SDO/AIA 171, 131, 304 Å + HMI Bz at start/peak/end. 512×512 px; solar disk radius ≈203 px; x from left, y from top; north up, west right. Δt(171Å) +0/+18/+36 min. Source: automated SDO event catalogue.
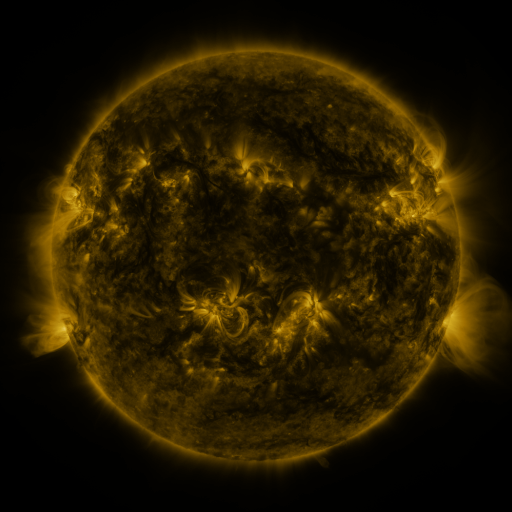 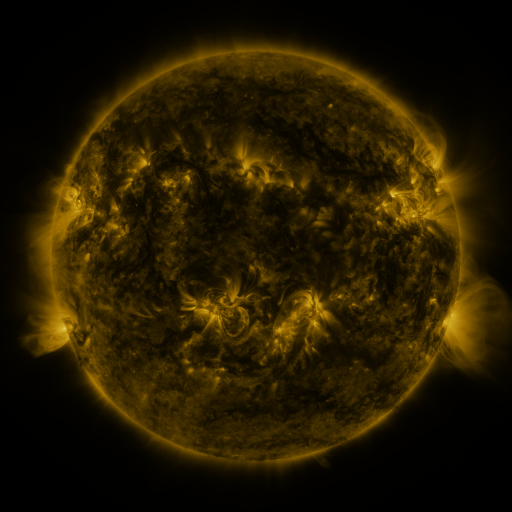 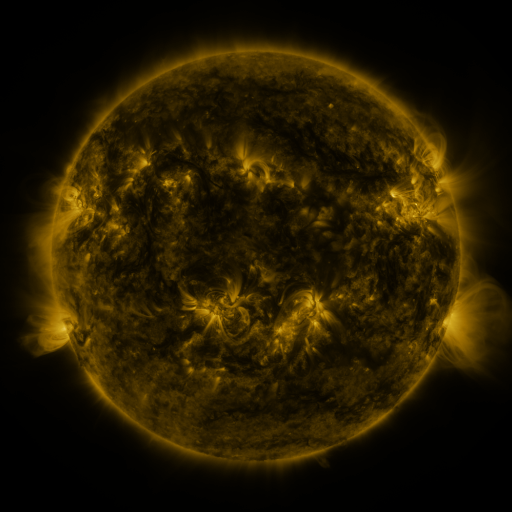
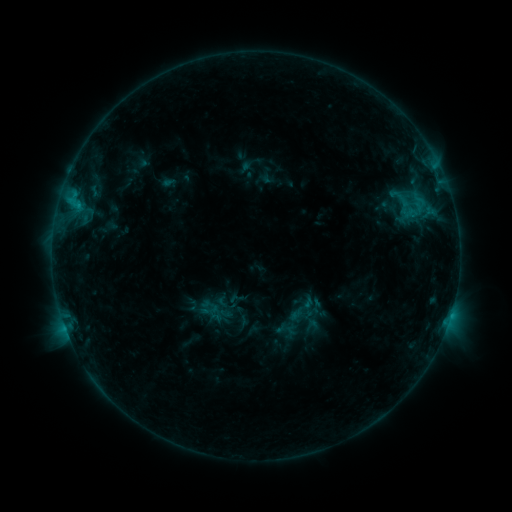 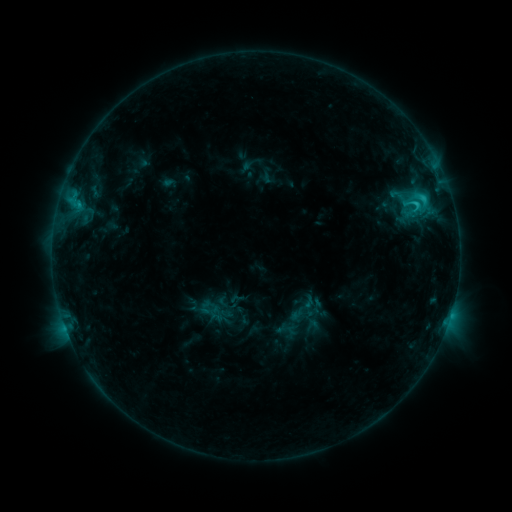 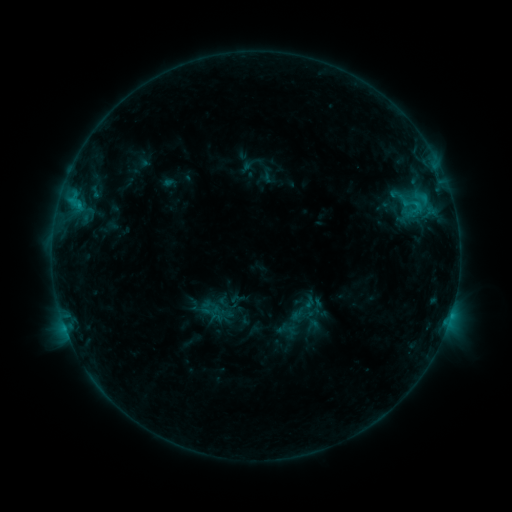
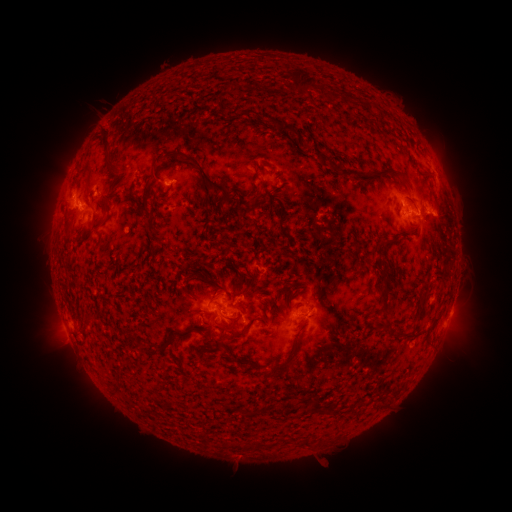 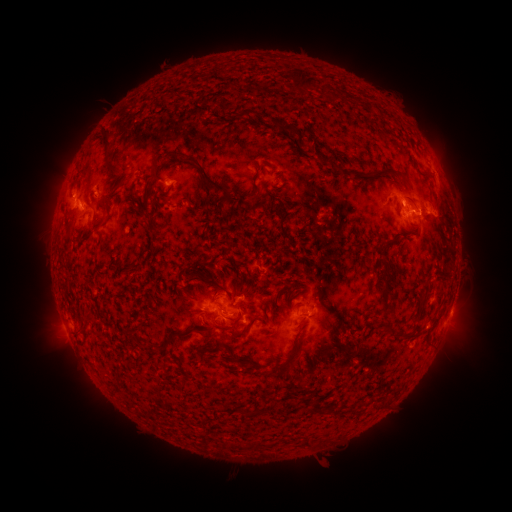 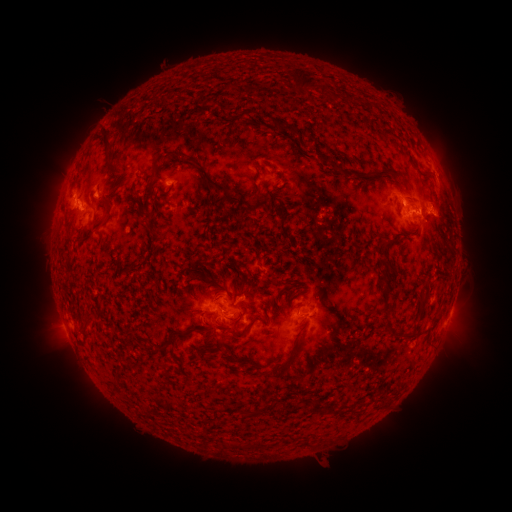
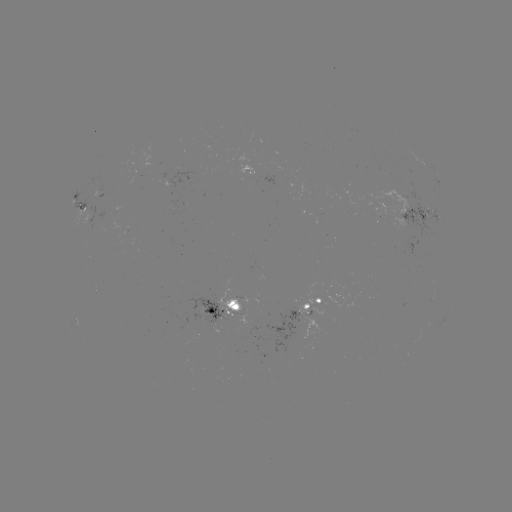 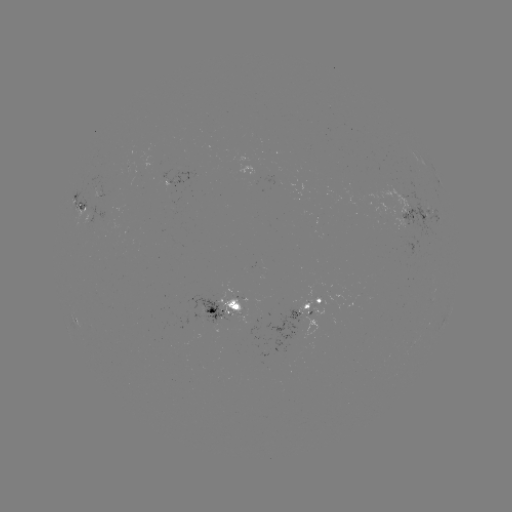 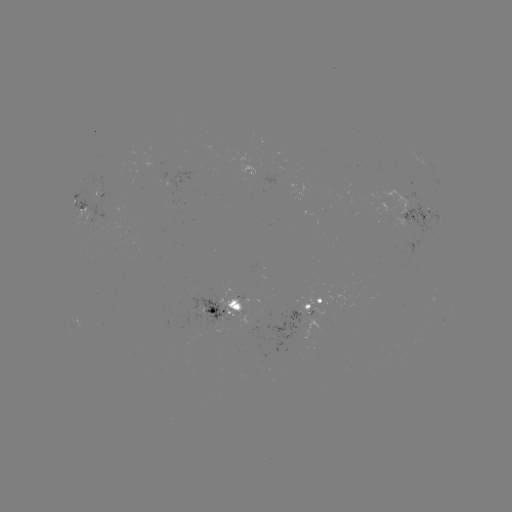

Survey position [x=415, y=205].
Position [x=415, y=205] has C2.0 flare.